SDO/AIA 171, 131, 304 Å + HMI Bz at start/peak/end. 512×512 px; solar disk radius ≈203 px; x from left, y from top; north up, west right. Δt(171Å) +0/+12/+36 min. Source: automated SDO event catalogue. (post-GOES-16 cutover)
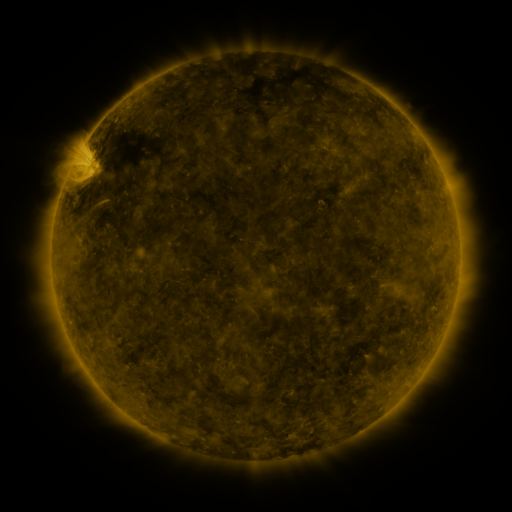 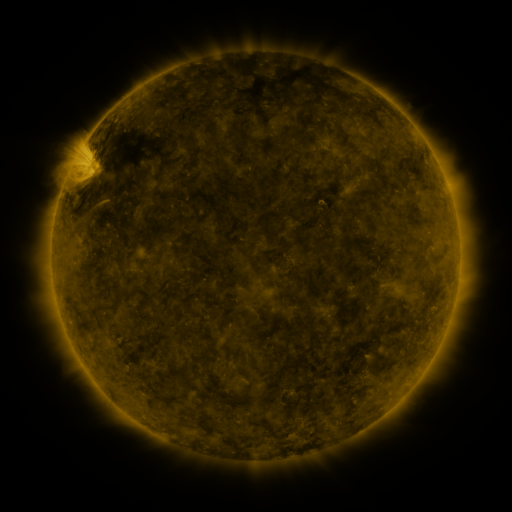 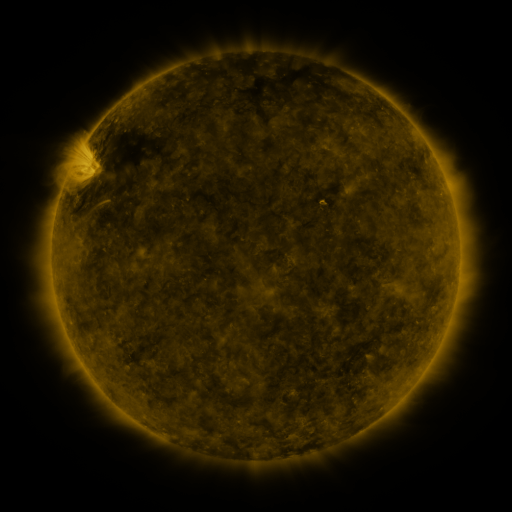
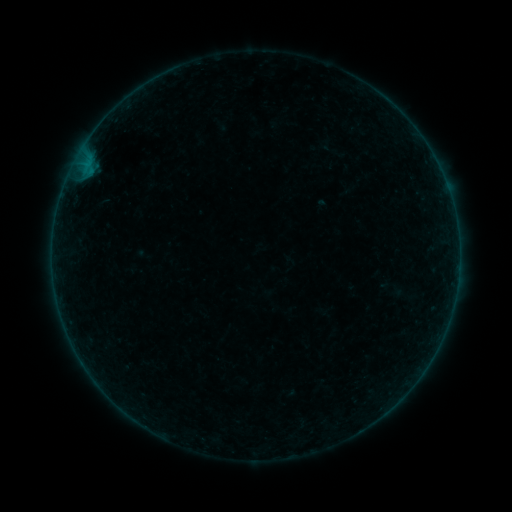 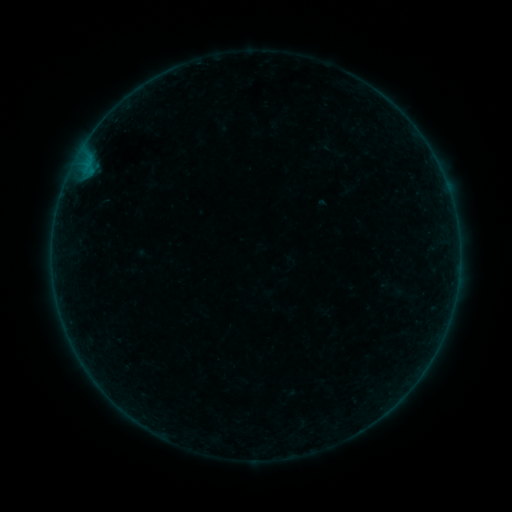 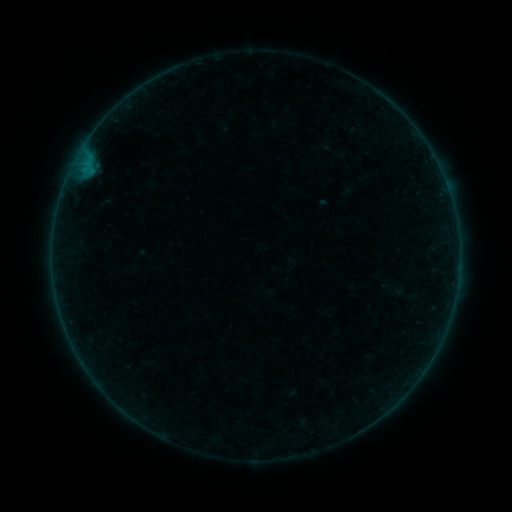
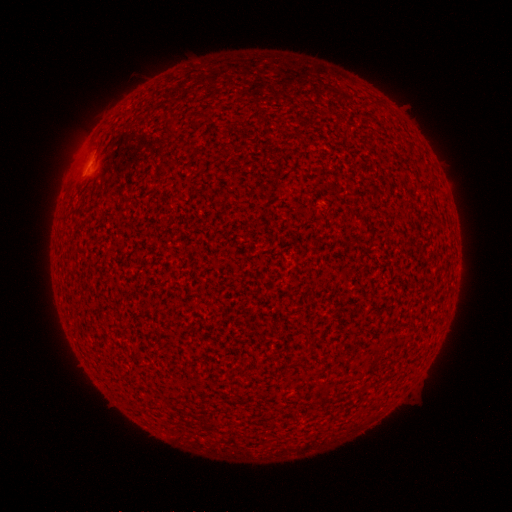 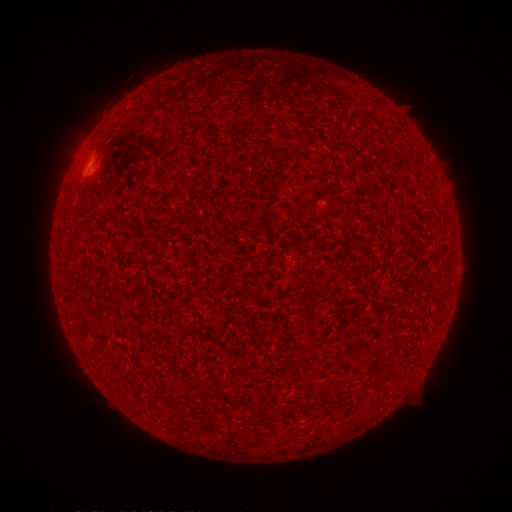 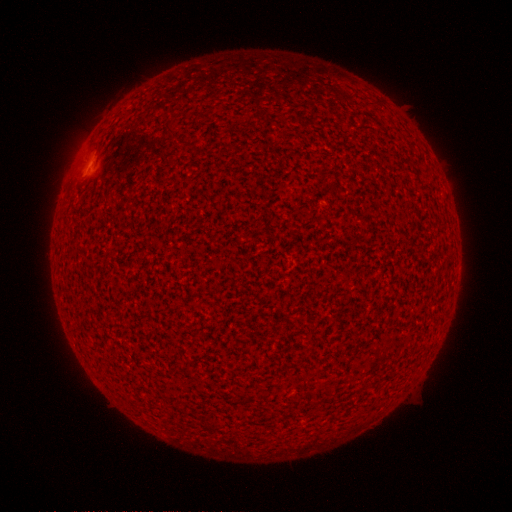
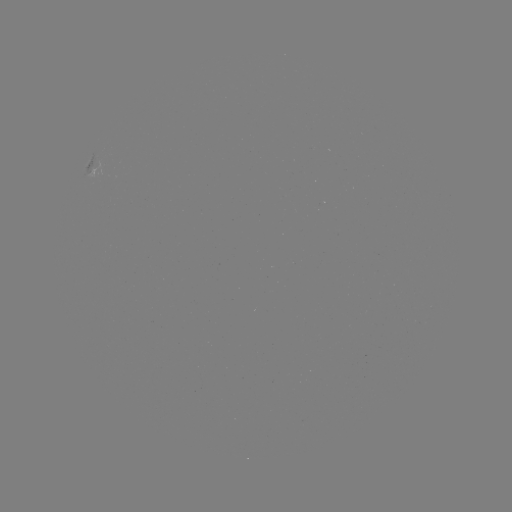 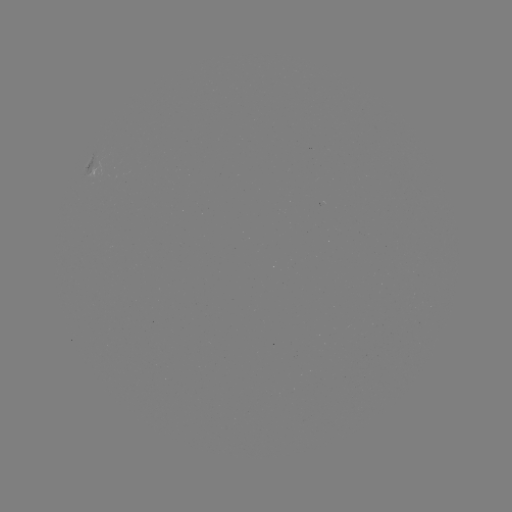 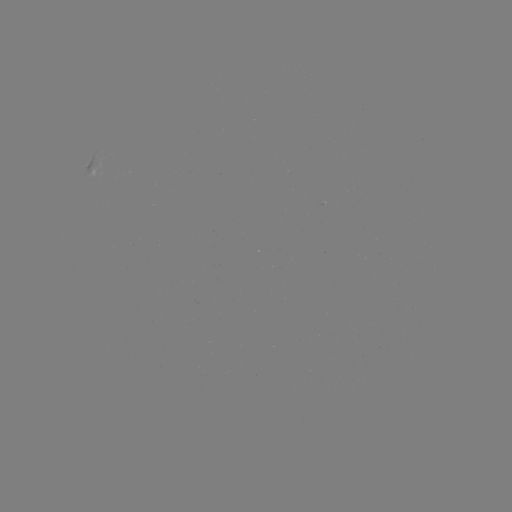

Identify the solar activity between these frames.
B1.6 flare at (89, 169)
